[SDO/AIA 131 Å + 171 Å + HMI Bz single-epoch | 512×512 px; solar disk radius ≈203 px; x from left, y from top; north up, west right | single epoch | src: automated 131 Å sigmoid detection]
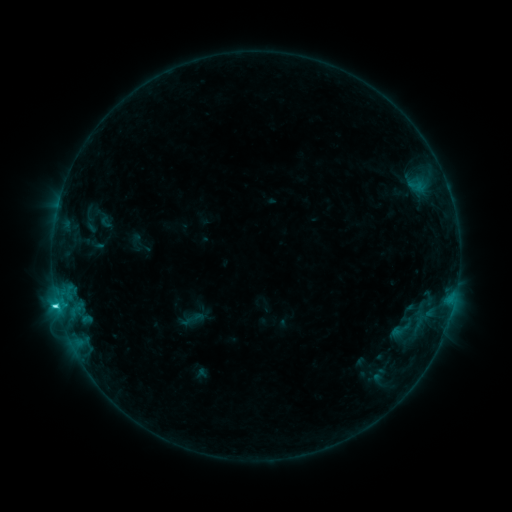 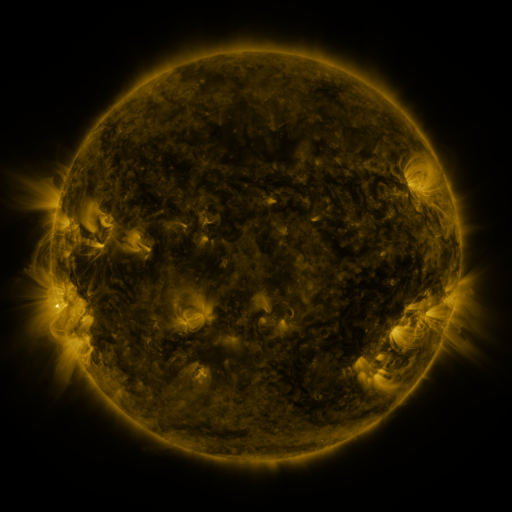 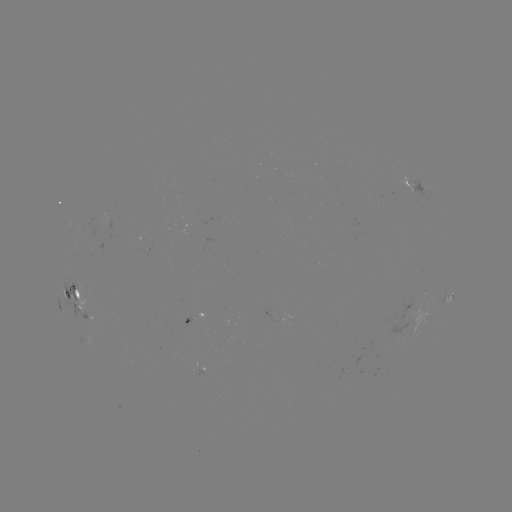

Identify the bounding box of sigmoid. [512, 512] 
[389, 318, 412, 341].